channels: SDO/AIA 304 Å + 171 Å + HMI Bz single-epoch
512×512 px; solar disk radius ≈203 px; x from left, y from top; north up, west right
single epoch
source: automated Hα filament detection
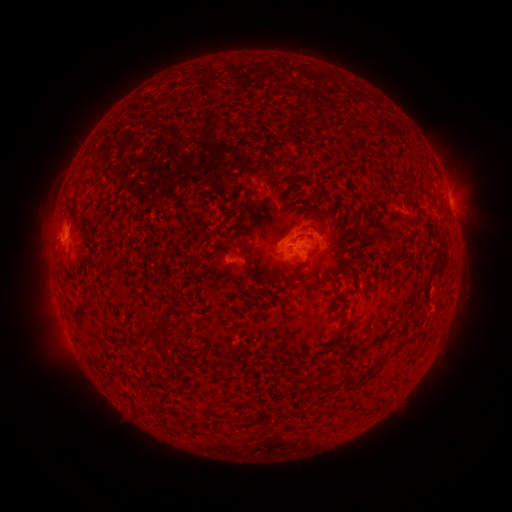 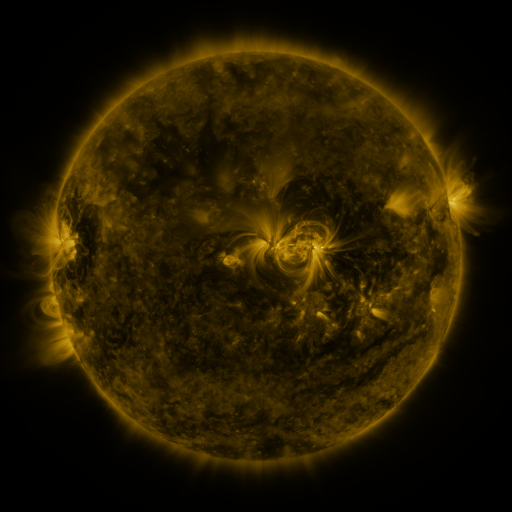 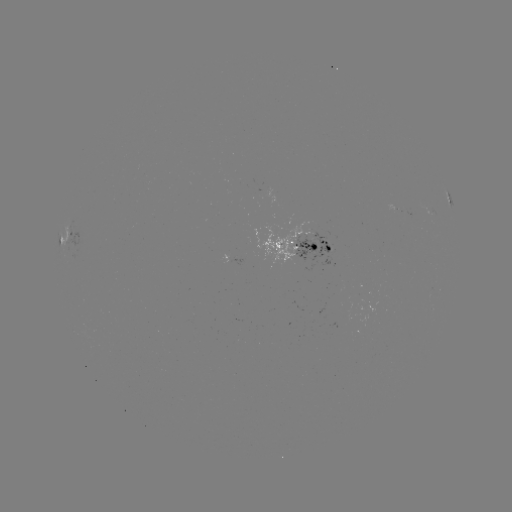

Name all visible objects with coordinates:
filament: <bbox>274, 225, 284, 237</bbox>
filament: <bbox>295, 233, 306, 240</bbox>
filament: <bbox>240, 239, 248, 257</bbox>
filament: <bbox>394, 246, 406, 259</bbox>
filament: <bbox>250, 264, 257, 275</bbox>
filament: <bbox>136, 318, 158, 338</bbox>
filament: <bbox>326, 384, 340, 392</bbox>
